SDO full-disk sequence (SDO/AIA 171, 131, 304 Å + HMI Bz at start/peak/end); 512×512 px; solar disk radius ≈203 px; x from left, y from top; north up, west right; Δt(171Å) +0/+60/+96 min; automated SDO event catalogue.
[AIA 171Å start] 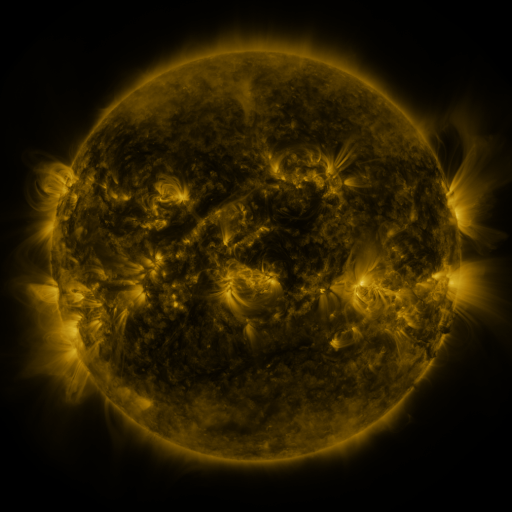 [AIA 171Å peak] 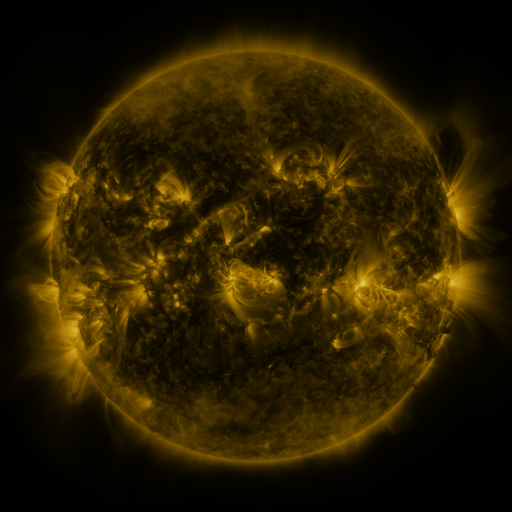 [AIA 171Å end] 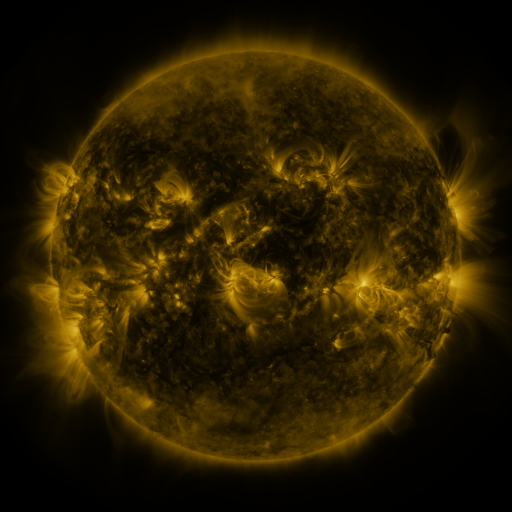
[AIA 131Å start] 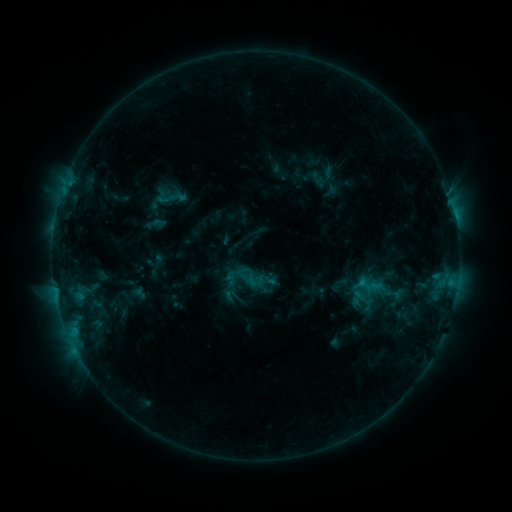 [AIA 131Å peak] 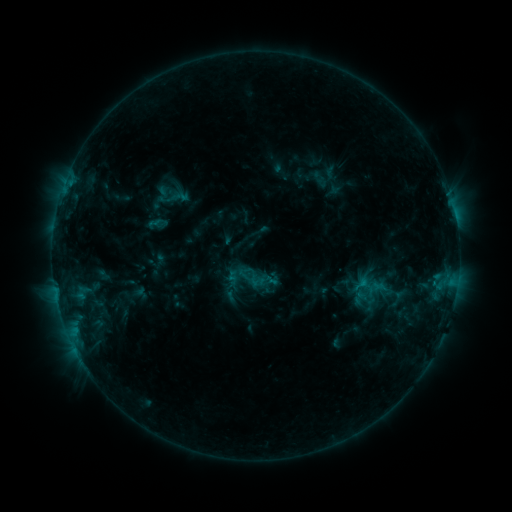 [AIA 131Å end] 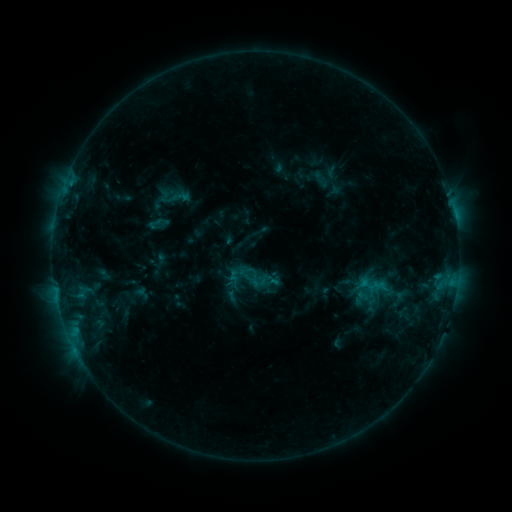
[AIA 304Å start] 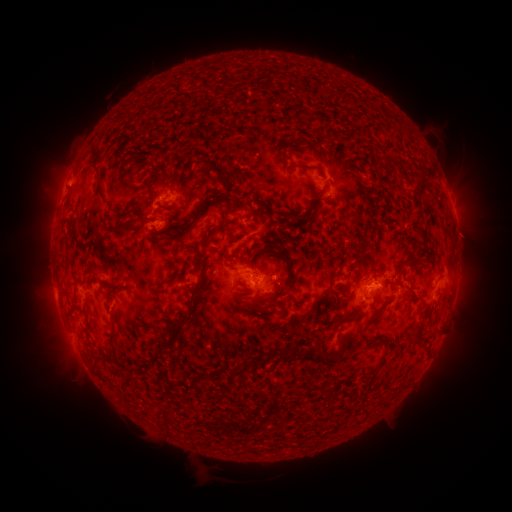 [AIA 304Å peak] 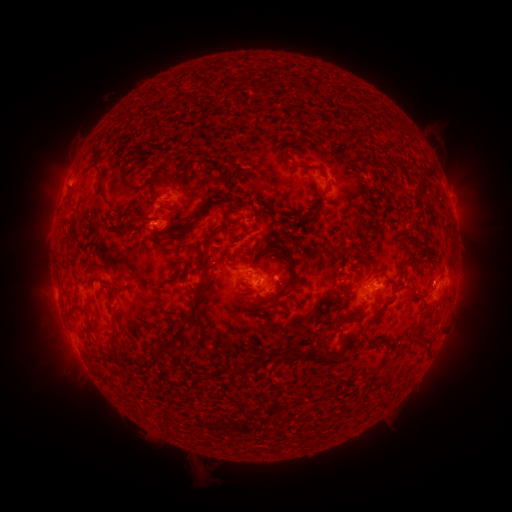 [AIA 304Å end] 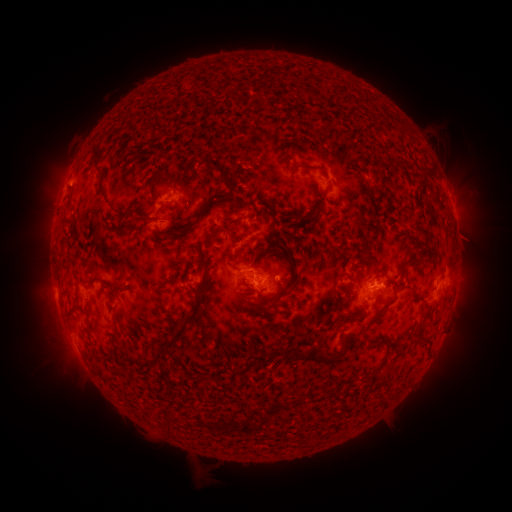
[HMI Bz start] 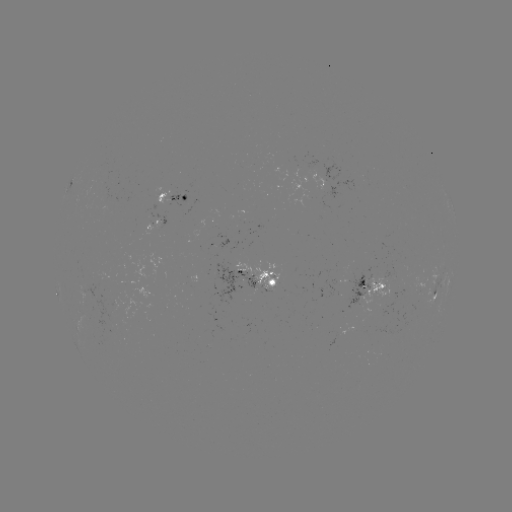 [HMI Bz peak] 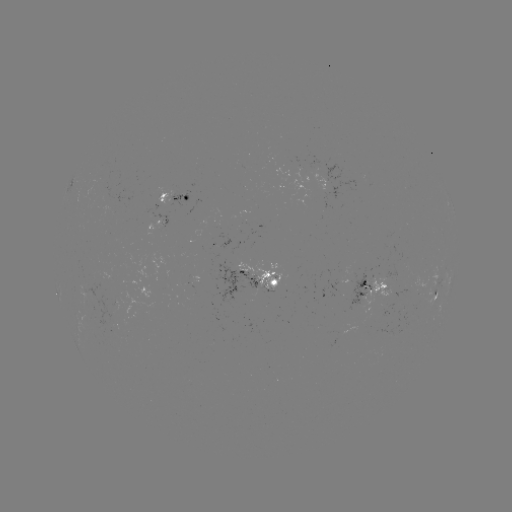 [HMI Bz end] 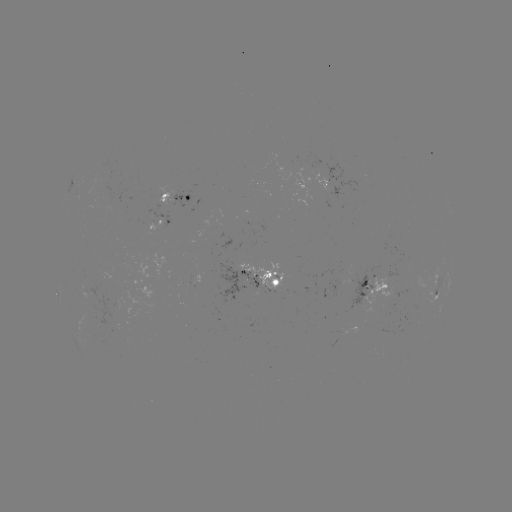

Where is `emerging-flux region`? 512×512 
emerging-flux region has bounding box [287, 167, 312, 211].